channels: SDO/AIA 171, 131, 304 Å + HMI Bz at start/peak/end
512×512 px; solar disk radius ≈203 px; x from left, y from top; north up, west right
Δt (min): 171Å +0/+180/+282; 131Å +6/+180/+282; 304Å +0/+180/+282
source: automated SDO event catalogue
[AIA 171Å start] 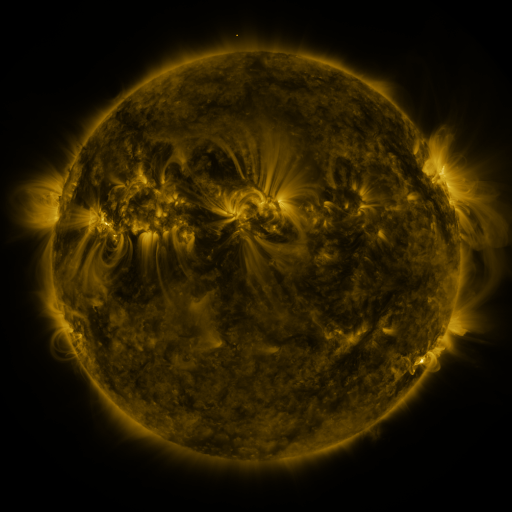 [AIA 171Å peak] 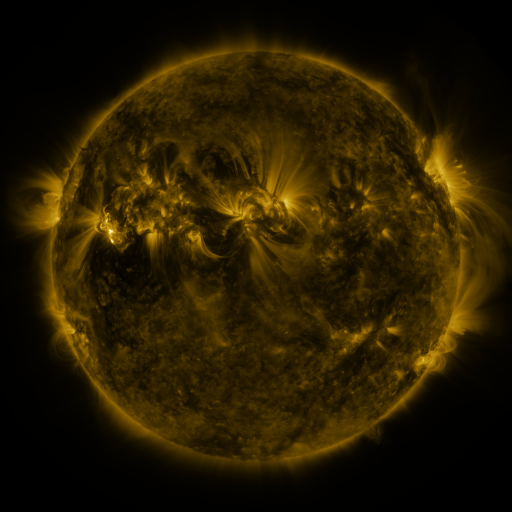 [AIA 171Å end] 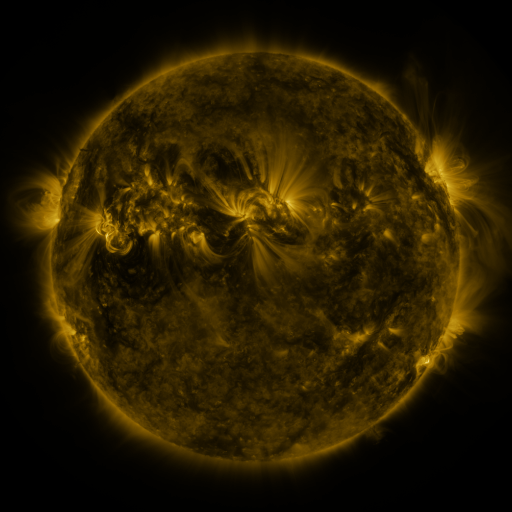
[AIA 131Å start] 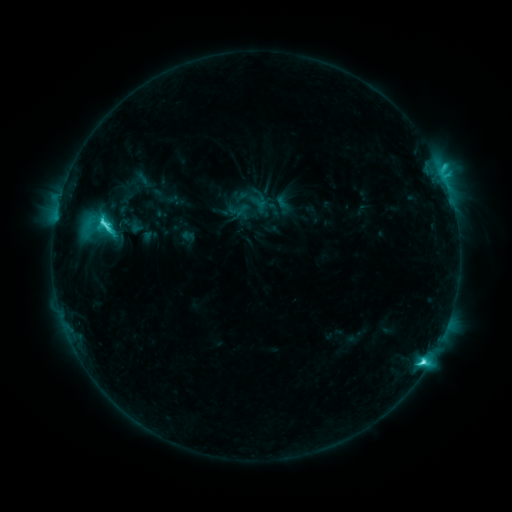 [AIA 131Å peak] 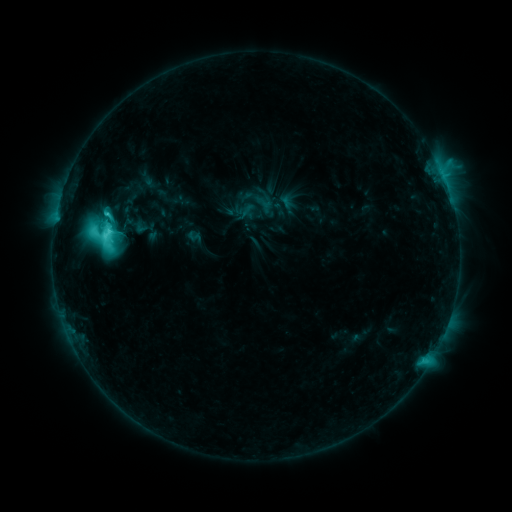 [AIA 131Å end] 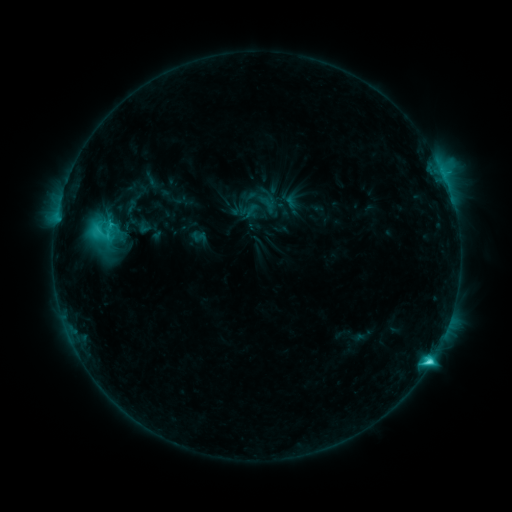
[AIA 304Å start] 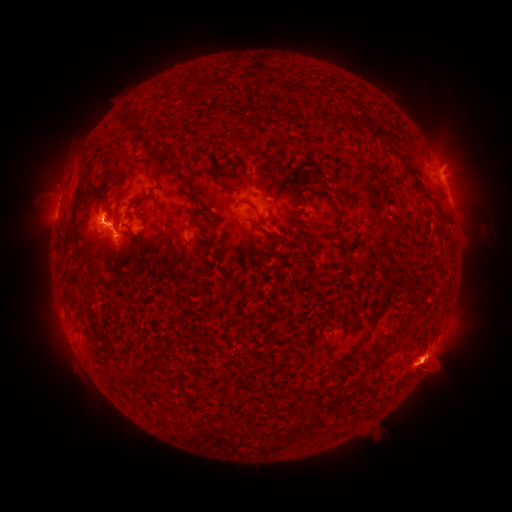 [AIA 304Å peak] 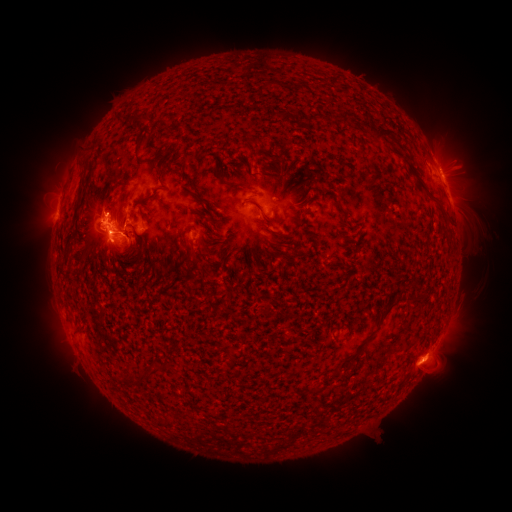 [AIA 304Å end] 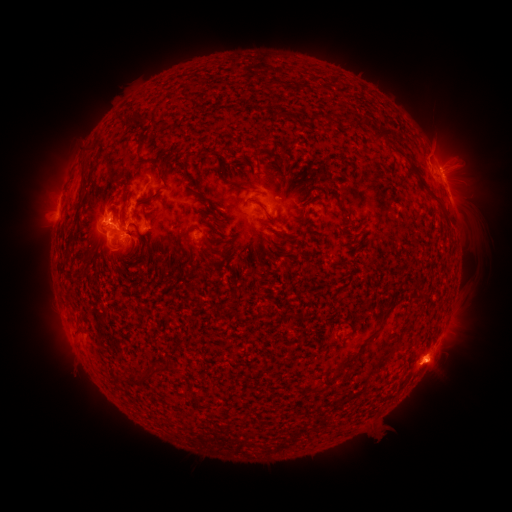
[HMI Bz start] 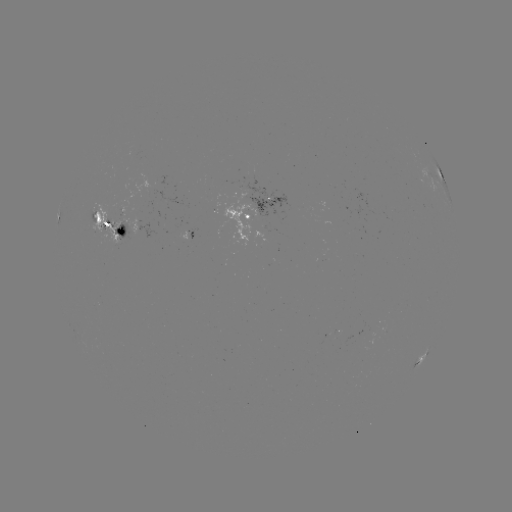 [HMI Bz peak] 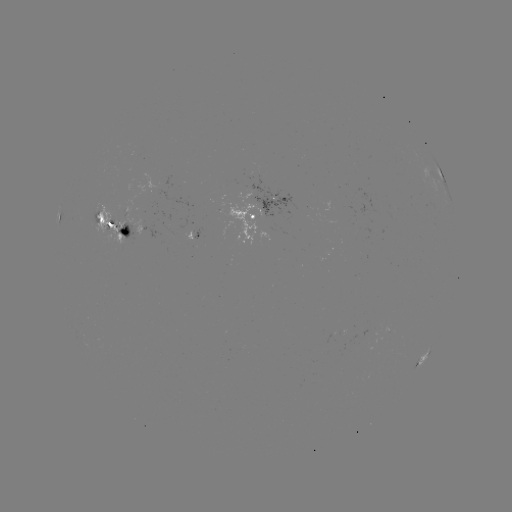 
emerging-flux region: (184, 230, 195, 243)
